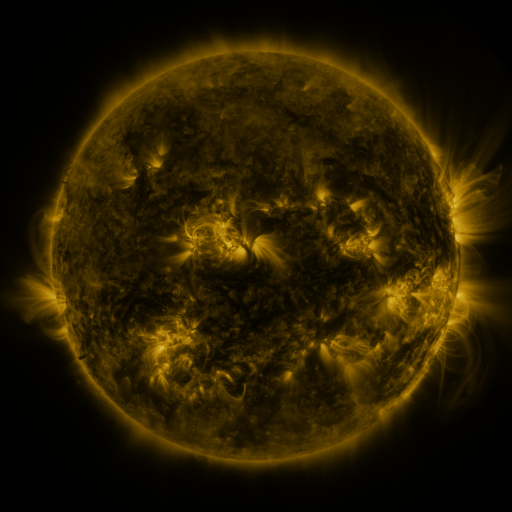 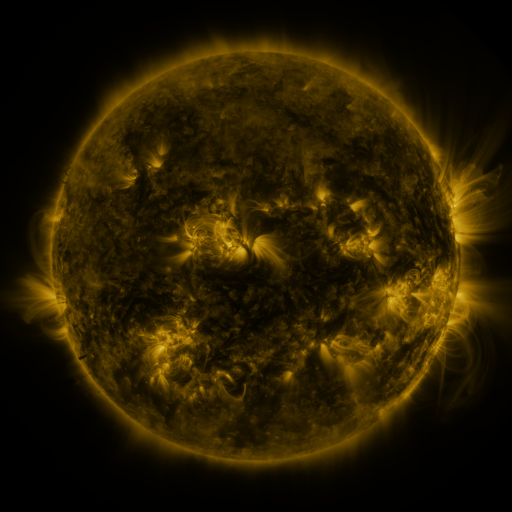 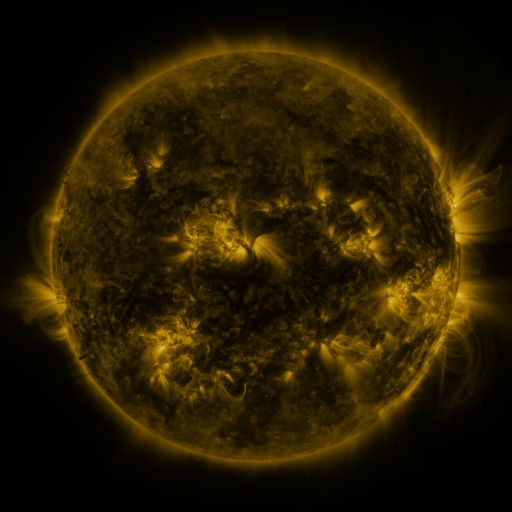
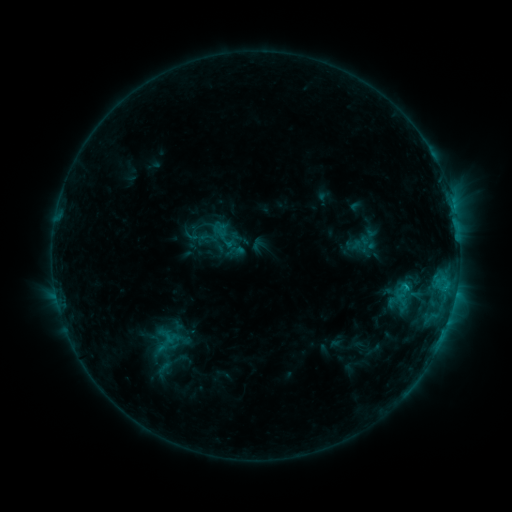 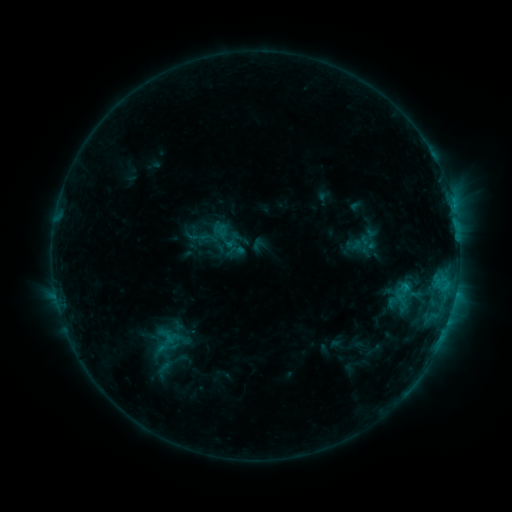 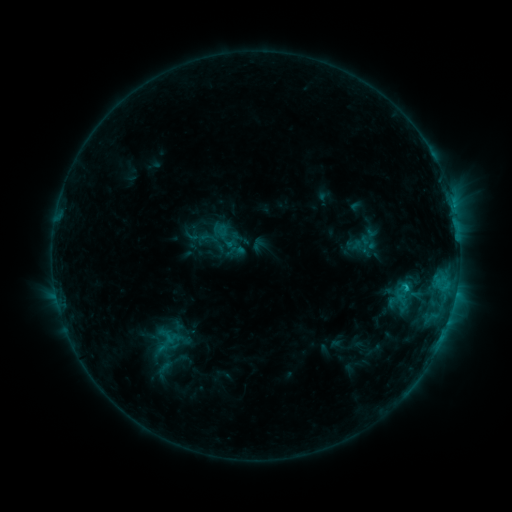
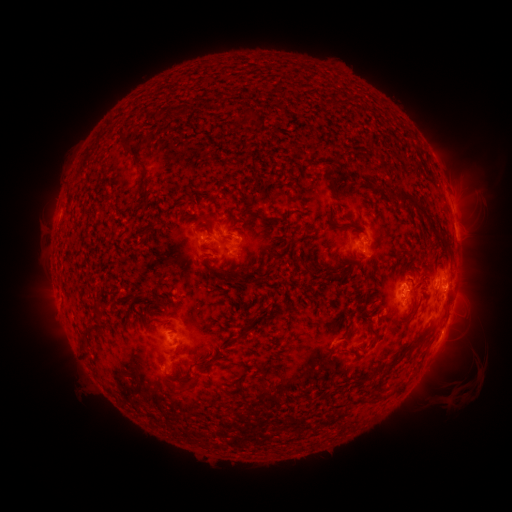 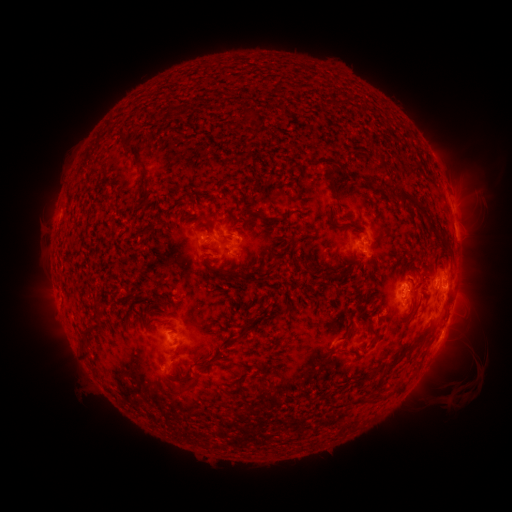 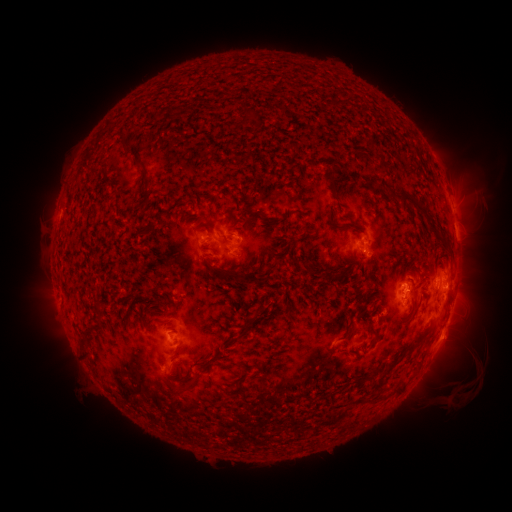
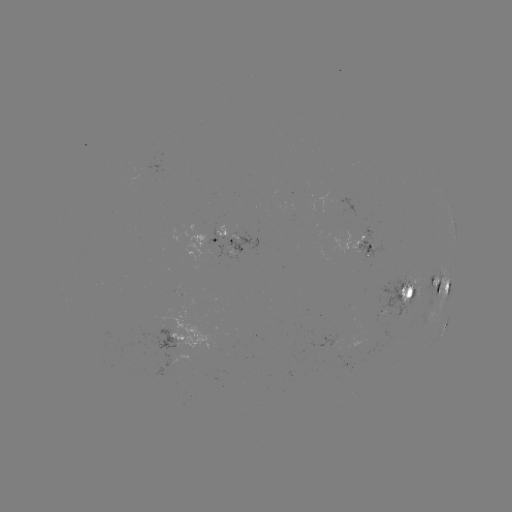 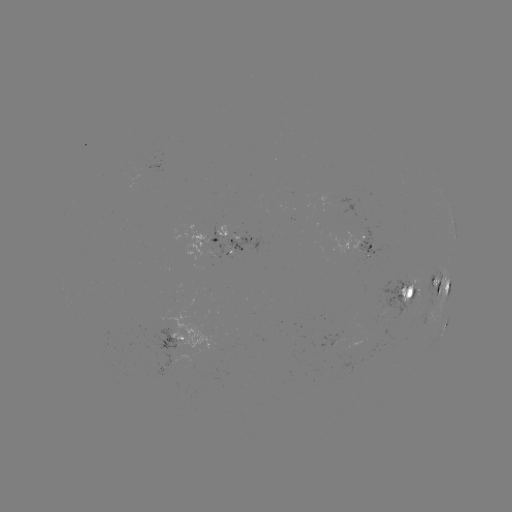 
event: flare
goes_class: C1.2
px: (404, 286)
